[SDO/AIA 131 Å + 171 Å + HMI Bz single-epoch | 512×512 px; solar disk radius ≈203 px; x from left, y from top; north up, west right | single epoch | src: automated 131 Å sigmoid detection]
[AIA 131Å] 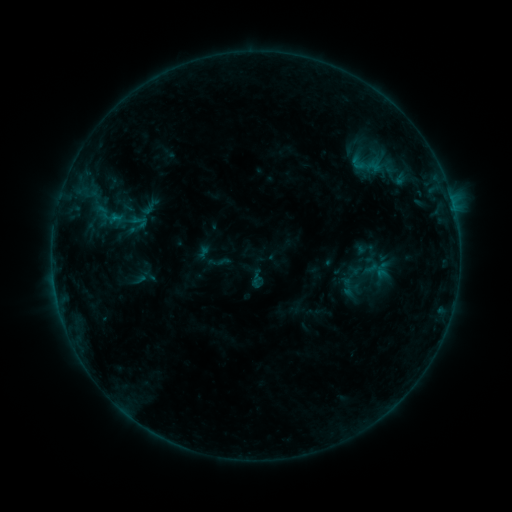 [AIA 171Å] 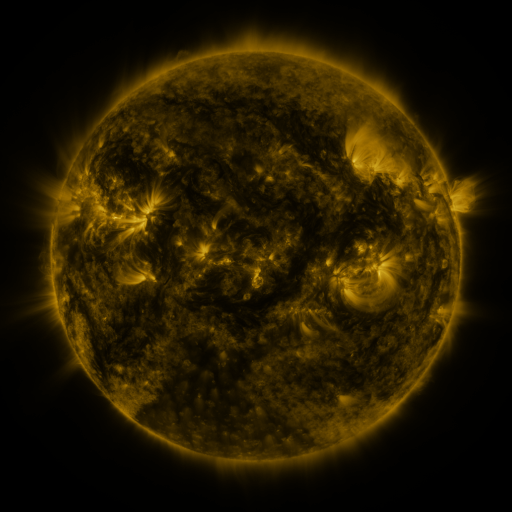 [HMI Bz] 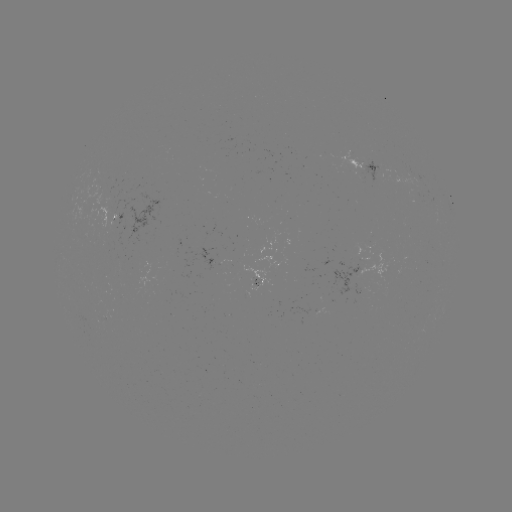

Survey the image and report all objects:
sigmoid: (139, 221)
sigmoid: (349, 287)
